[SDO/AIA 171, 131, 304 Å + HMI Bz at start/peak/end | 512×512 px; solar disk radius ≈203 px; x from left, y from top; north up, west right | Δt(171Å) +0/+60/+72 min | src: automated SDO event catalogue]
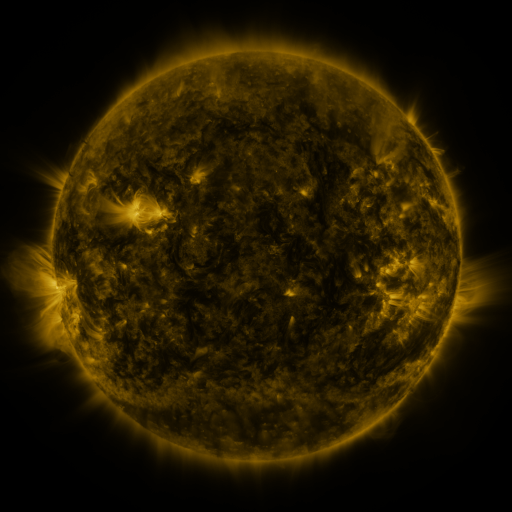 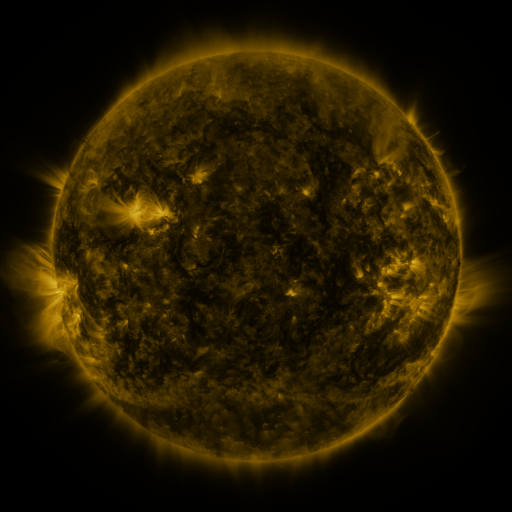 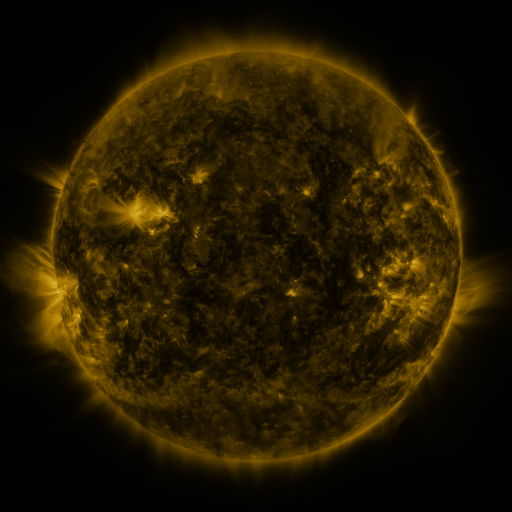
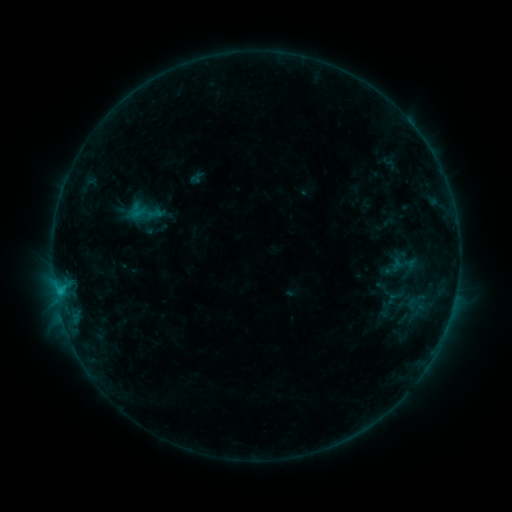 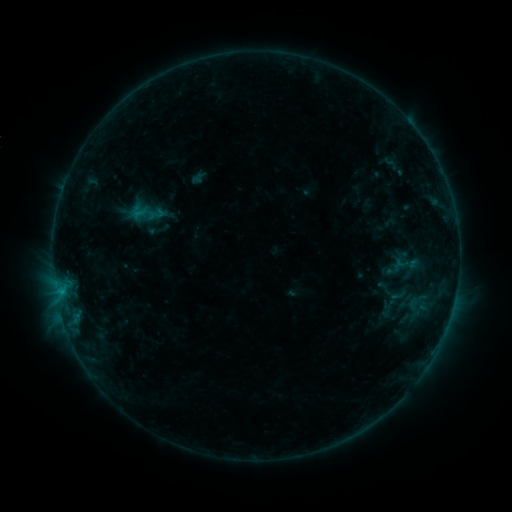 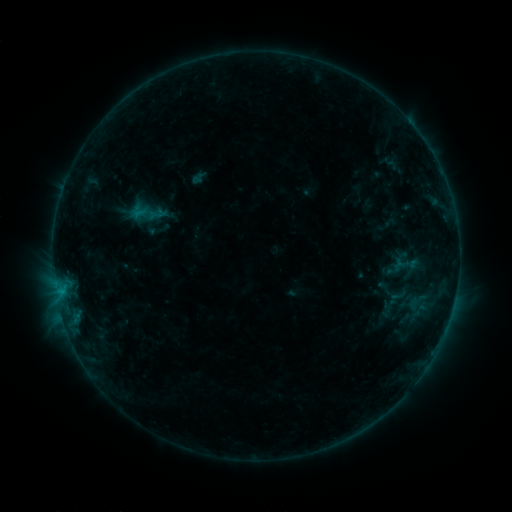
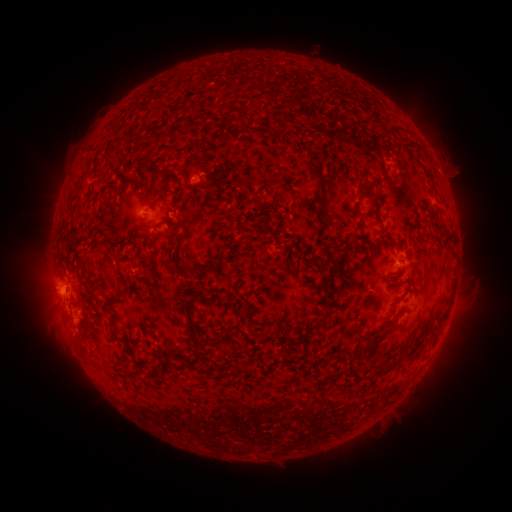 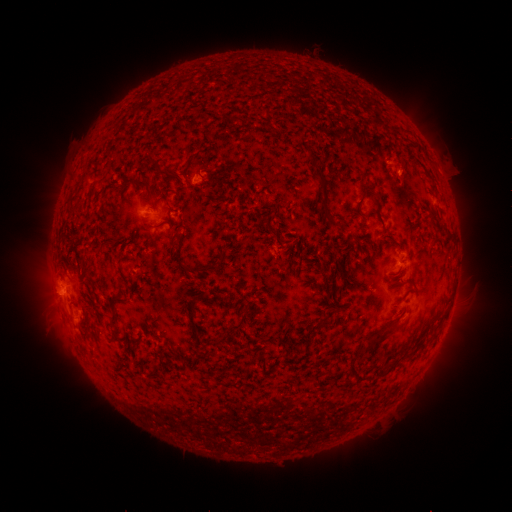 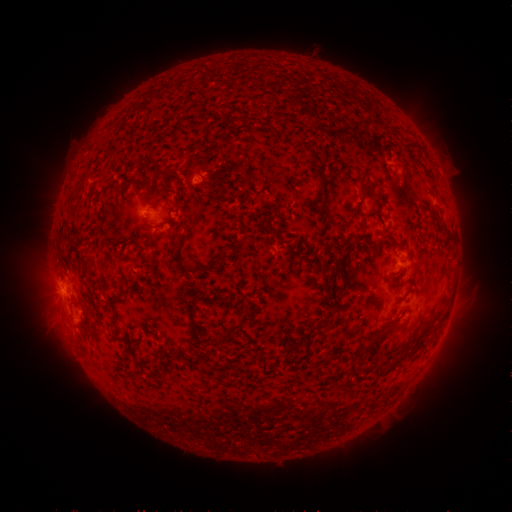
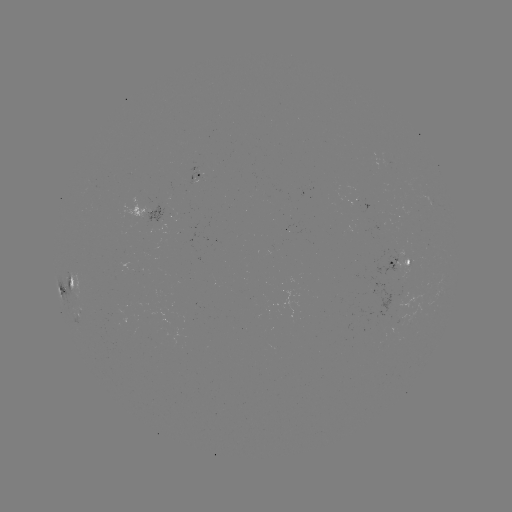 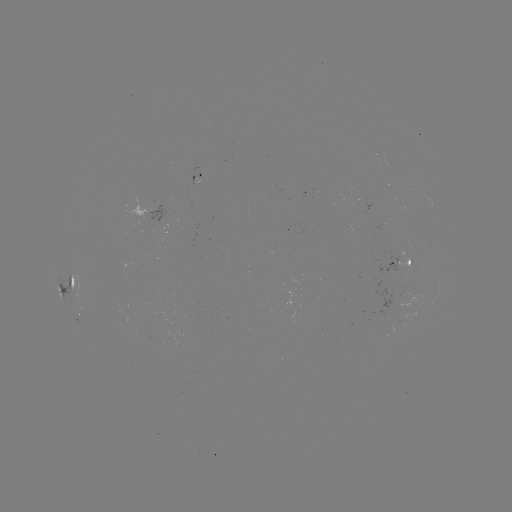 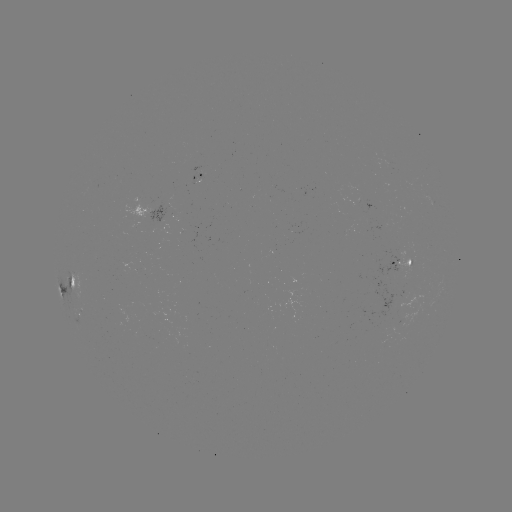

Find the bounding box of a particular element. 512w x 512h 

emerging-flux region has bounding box [376, 254, 399, 278].